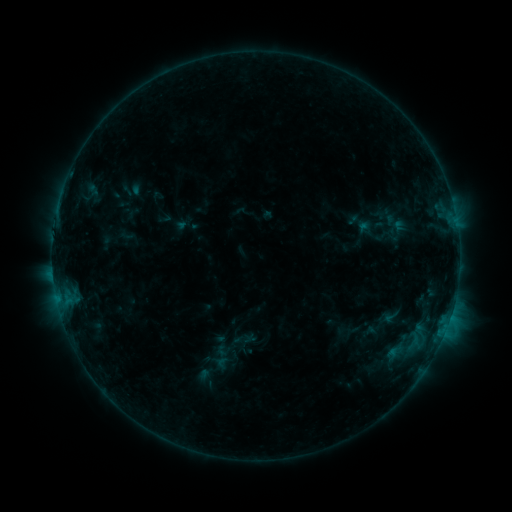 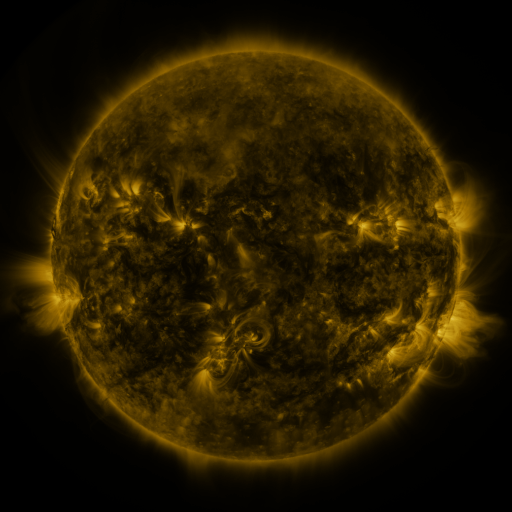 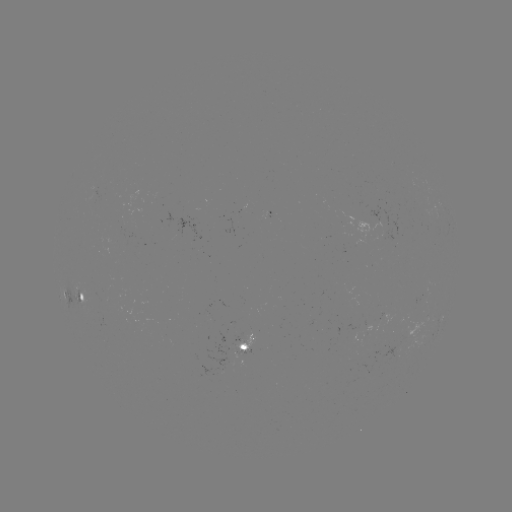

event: sigmoid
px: (391, 317)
